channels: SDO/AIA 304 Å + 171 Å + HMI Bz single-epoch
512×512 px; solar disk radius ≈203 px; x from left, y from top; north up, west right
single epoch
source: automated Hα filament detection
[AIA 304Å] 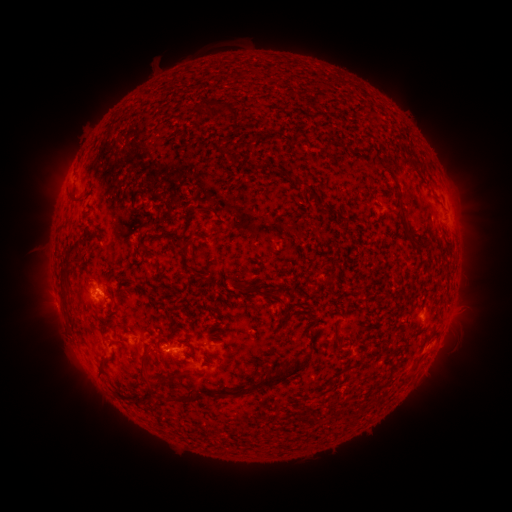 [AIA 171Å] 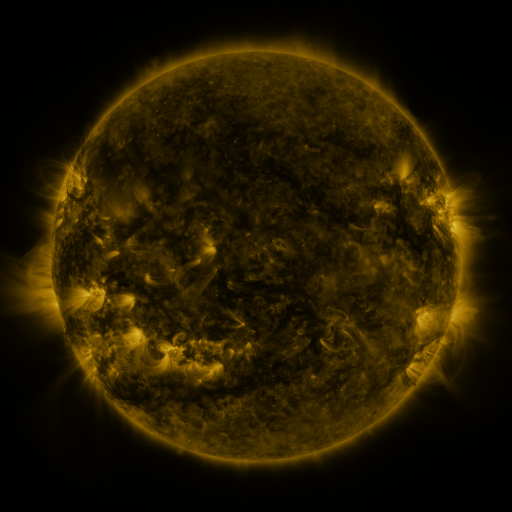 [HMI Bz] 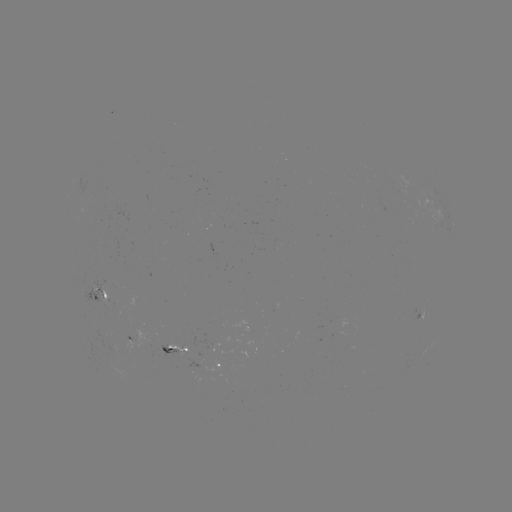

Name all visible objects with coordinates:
filament: [241, 92, 252, 103]
filament: [253, 96, 274, 112]
filament: [266, 111, 278, 120]
filament: [258, 126, 280, 136]
filament: [90, 141, 101, 155]
filament: [301, 180, 311, 189]
filament: [74, 192, 86, 206]
filament: [214, 193, 229, 203]
filament: [315, 196, 326, 204]
filament: [324, 211, 344, 235]
filament: [61, 213, 72, 228]
filament: [57, 236, 65, 252]
filament: [403, 247, 424, 297]
filament: [87, 276, 99, 287]
filament: [226, 278, 234, 288]
filament: [235, 279, 268, 305]
filament: [70, 312, 83, 330]
filament: [109, 313, 127, 344]
filament: [162, 318, 170, 327]
filament: [306, 339, 320, 360]
filament: [123, 344, 153, 353]
filament: [163, 361, 285, 388]
filament: [112, 362, 124, 373]
filament: [372, 394, 392, 411]
